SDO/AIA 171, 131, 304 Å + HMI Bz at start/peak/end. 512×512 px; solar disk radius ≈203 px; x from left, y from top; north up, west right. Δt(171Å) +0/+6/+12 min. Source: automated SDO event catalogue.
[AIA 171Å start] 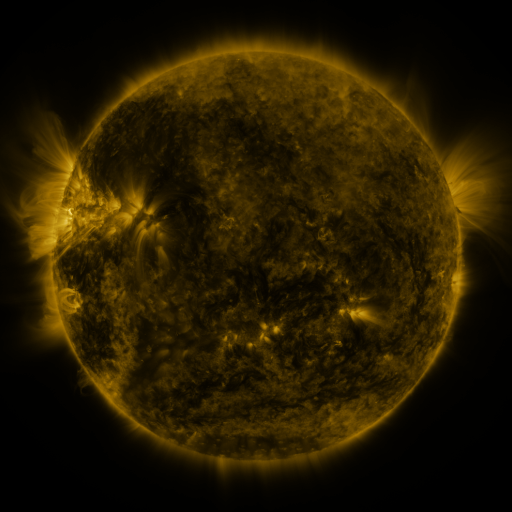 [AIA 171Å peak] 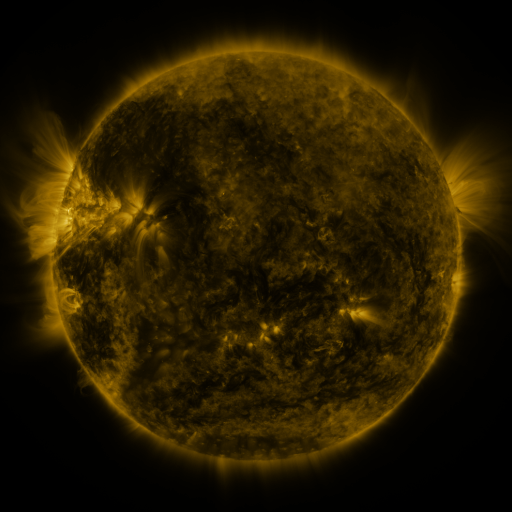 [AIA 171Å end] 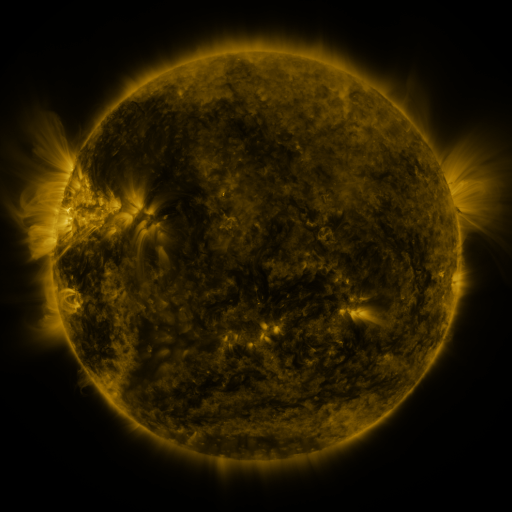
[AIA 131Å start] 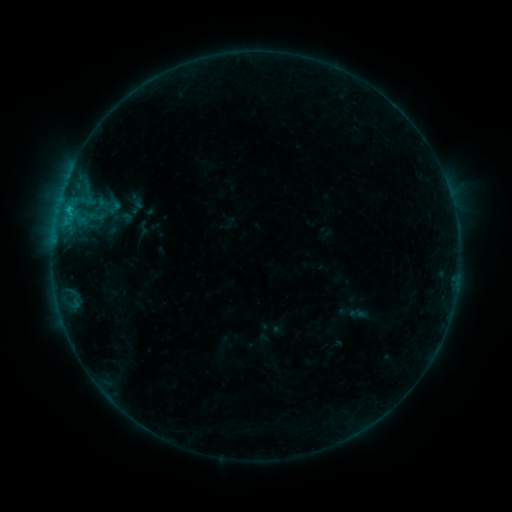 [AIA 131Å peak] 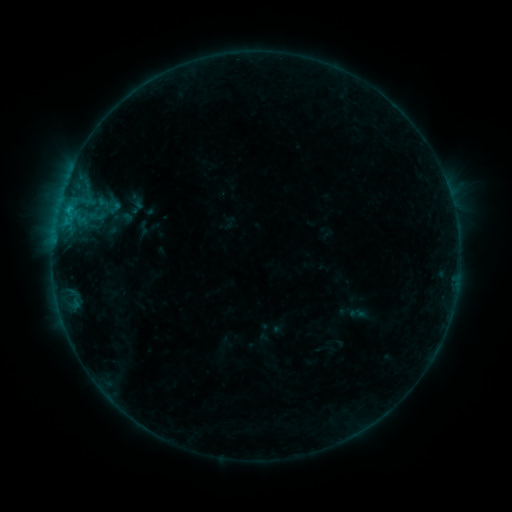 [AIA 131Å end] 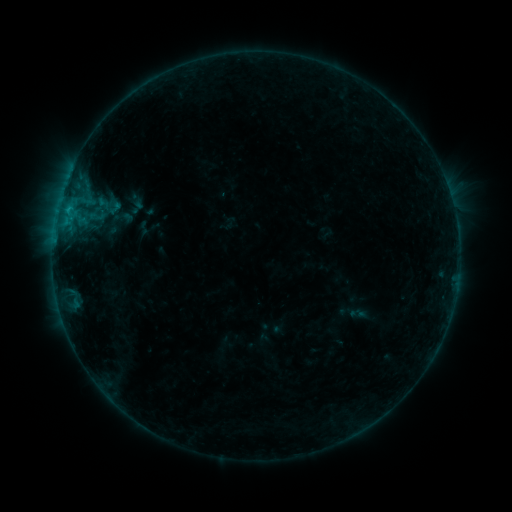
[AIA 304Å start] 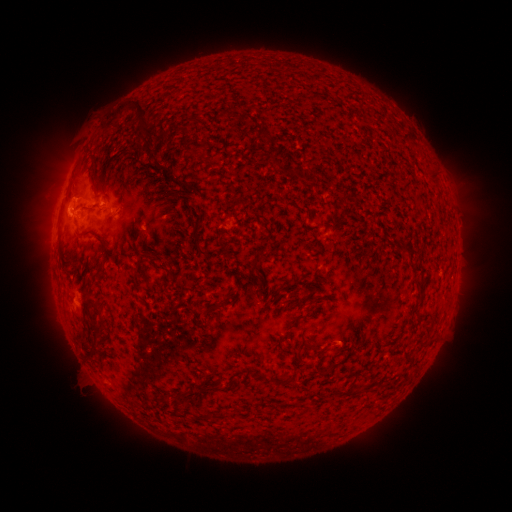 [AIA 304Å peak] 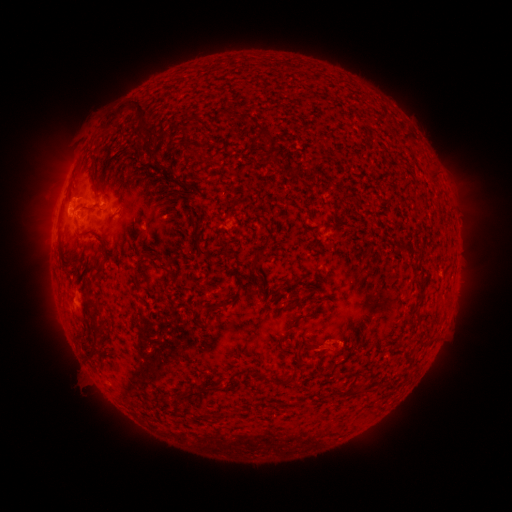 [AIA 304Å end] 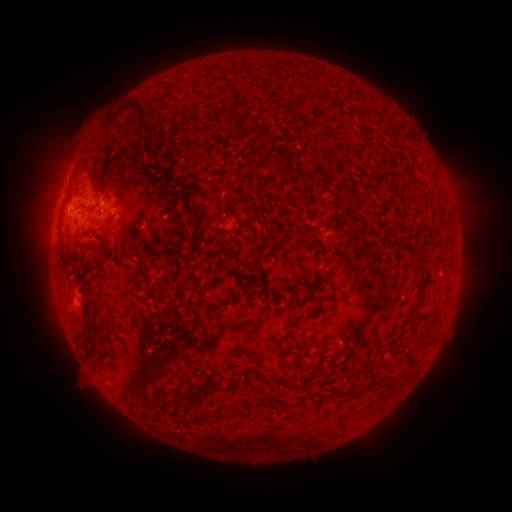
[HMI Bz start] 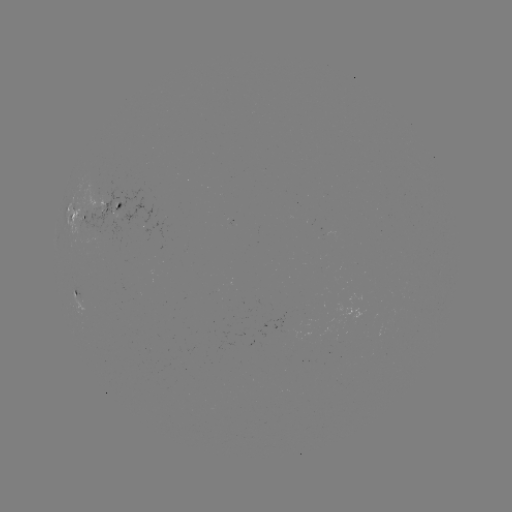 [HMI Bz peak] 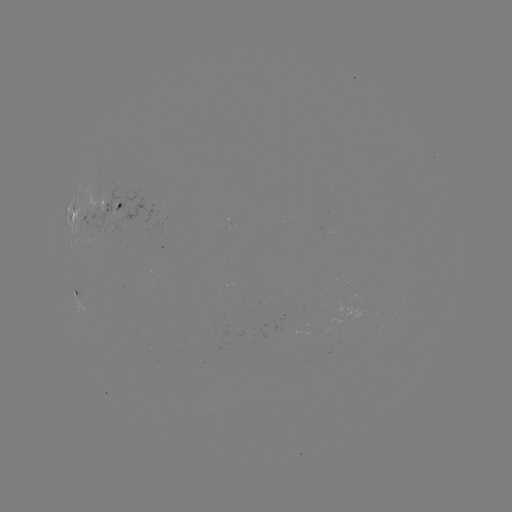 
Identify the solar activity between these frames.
eruption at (327, 348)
